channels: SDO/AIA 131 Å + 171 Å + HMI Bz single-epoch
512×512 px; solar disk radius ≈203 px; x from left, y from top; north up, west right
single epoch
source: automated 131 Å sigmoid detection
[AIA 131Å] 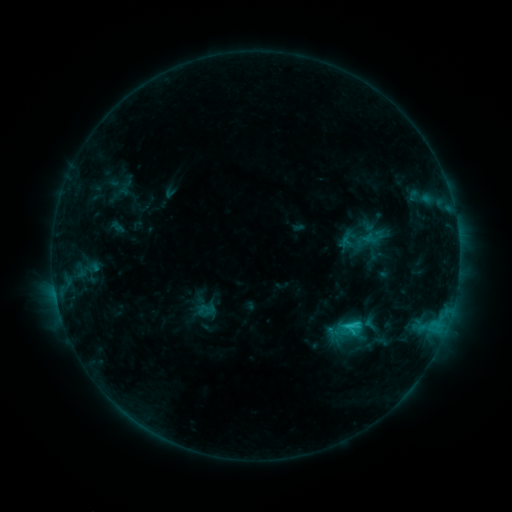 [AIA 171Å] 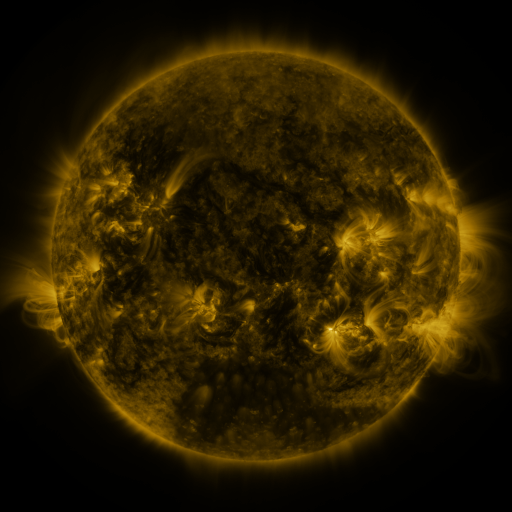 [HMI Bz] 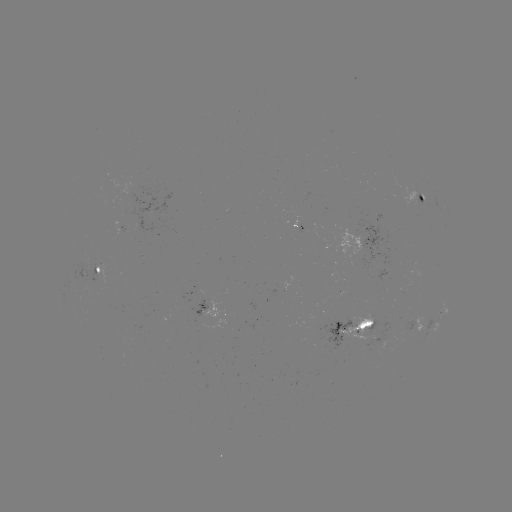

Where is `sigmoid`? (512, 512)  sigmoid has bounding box [326, 311, 363, 348].